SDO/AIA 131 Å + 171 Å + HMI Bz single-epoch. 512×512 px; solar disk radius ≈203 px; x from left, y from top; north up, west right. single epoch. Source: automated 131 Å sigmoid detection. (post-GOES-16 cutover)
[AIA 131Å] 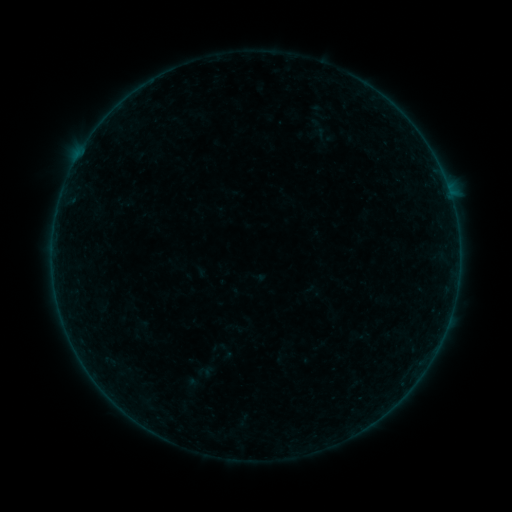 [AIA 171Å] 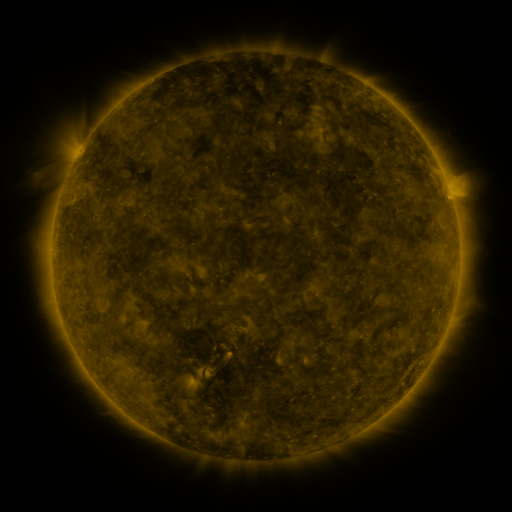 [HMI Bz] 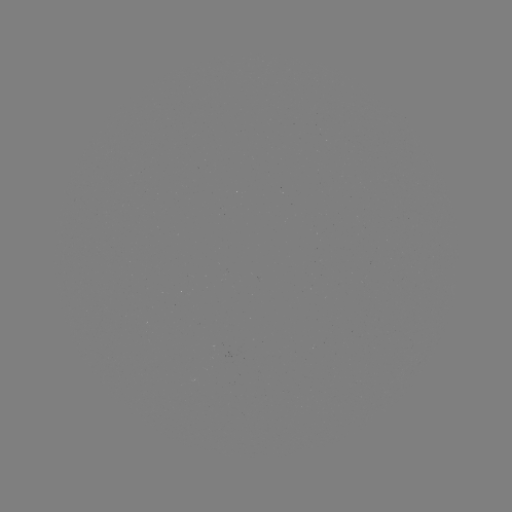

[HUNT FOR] sigmoid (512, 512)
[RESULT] (197, 379)